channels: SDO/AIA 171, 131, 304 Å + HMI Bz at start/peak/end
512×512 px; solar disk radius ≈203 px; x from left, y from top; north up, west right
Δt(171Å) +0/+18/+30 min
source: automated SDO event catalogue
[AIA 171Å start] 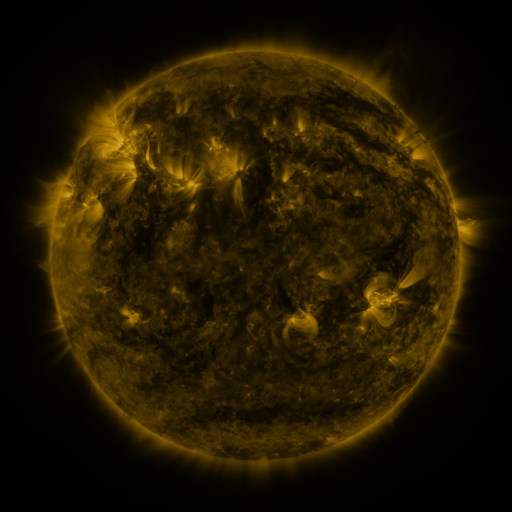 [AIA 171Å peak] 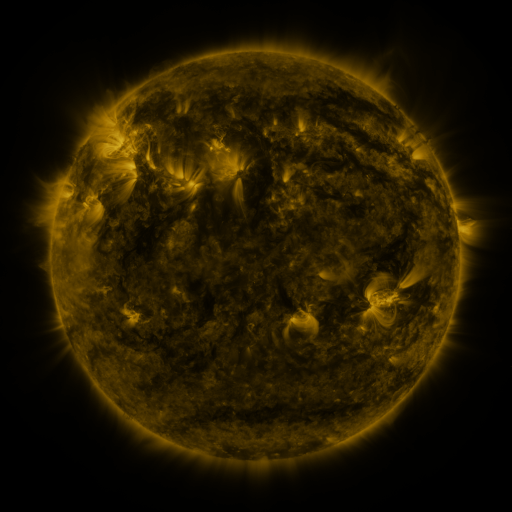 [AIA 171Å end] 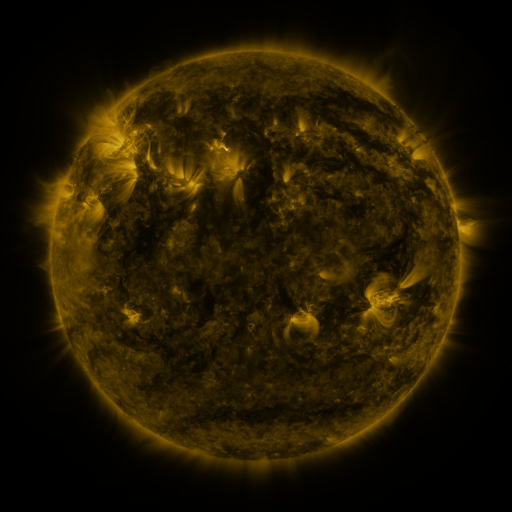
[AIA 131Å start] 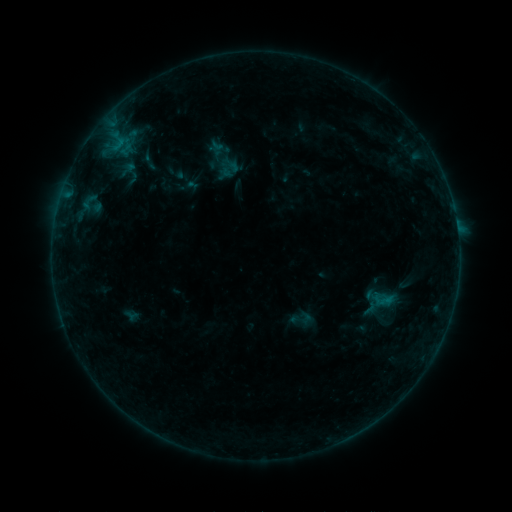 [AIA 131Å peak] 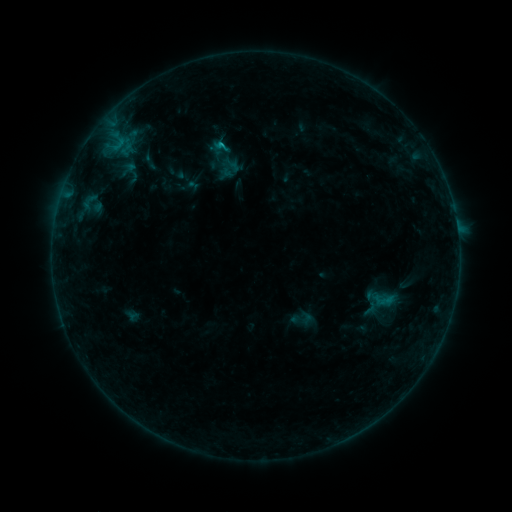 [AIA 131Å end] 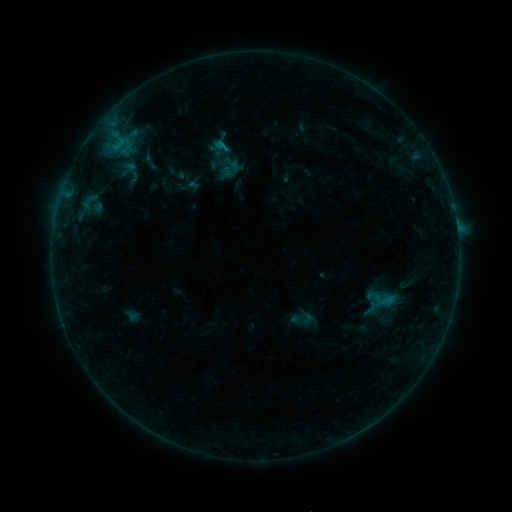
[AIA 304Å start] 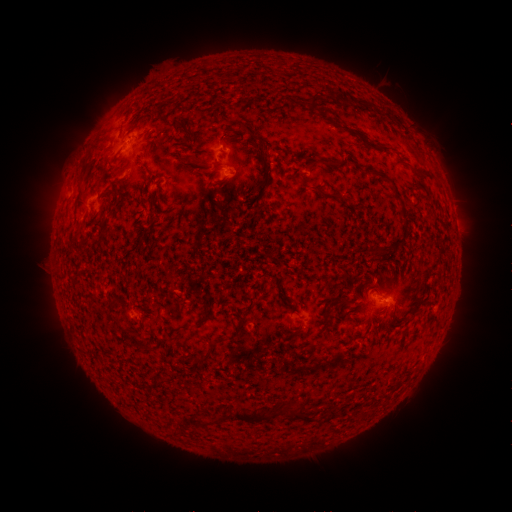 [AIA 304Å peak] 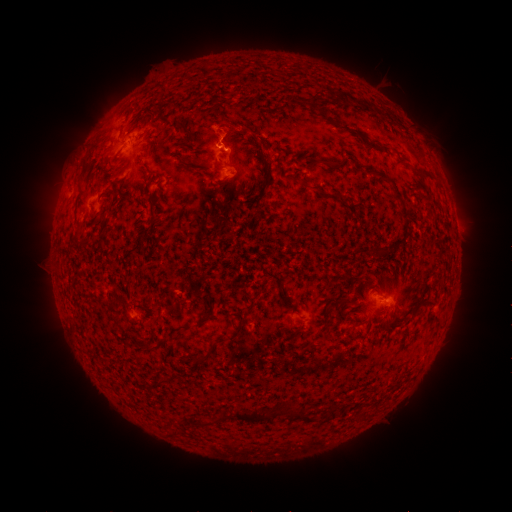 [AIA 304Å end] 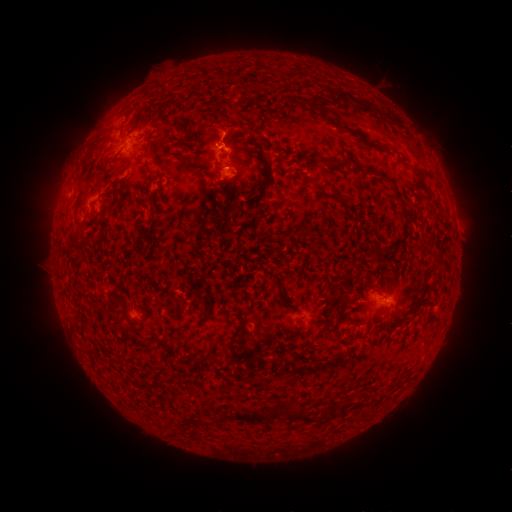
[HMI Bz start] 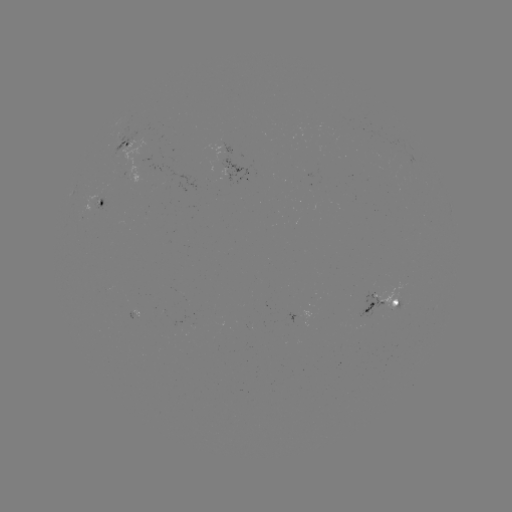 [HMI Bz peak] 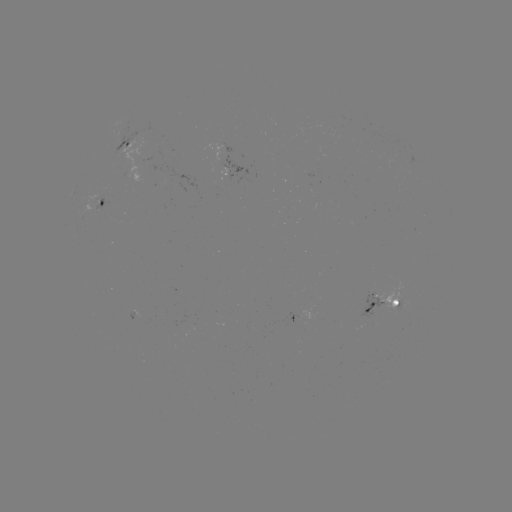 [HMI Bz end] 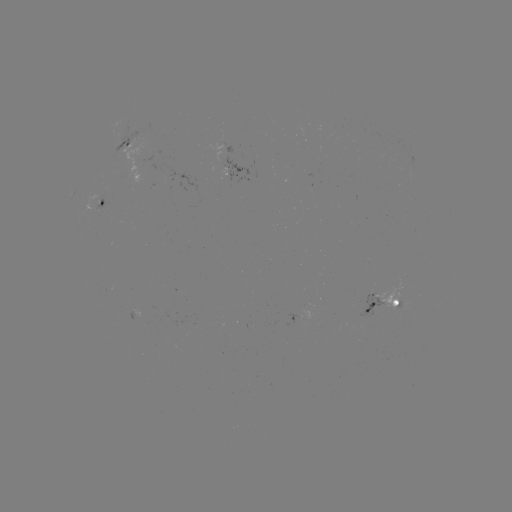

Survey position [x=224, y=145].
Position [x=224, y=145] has B5.4 flare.